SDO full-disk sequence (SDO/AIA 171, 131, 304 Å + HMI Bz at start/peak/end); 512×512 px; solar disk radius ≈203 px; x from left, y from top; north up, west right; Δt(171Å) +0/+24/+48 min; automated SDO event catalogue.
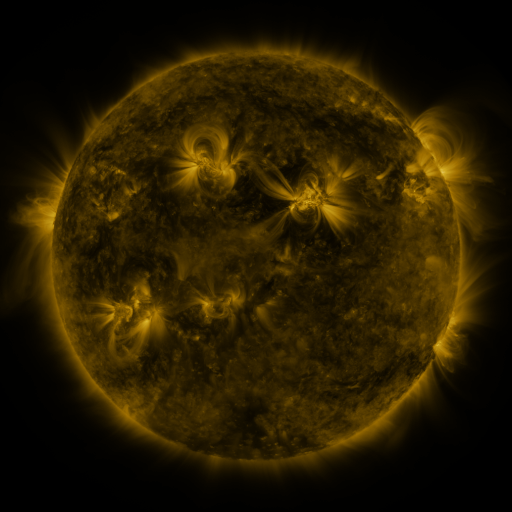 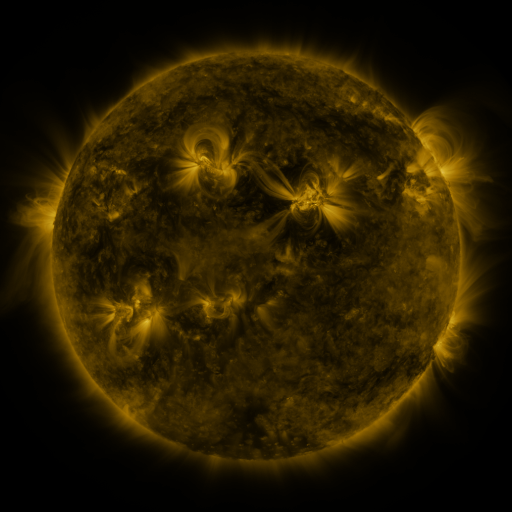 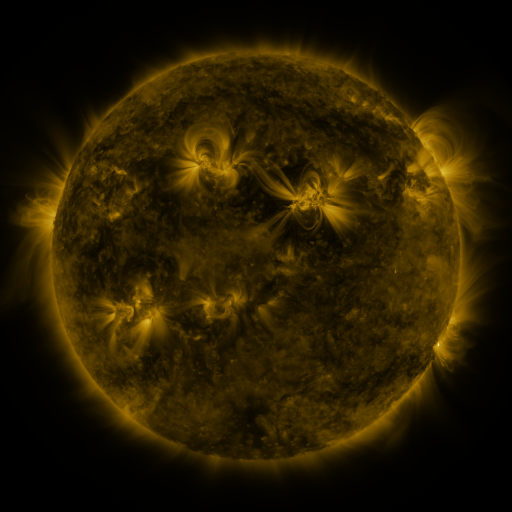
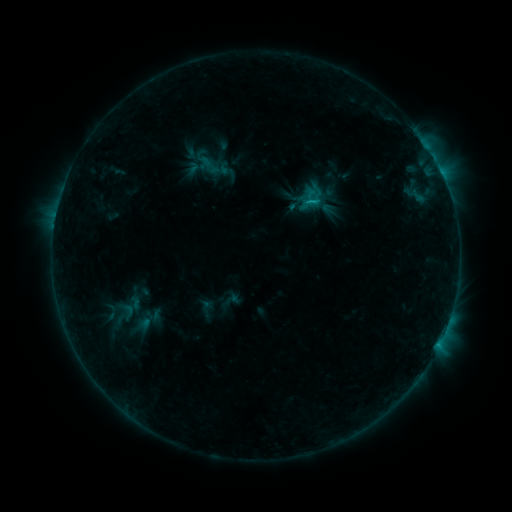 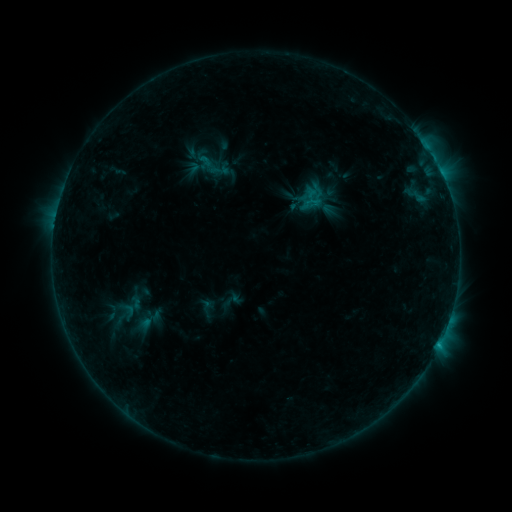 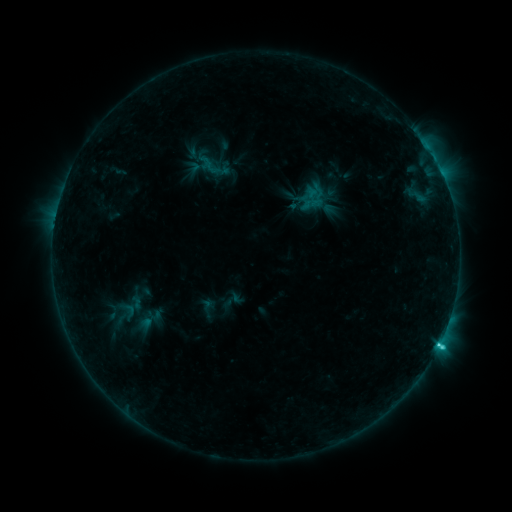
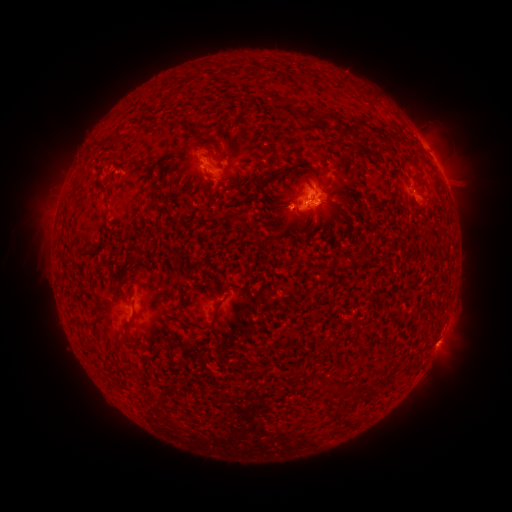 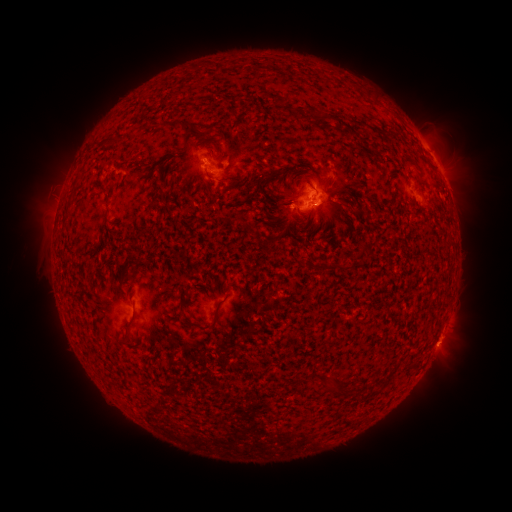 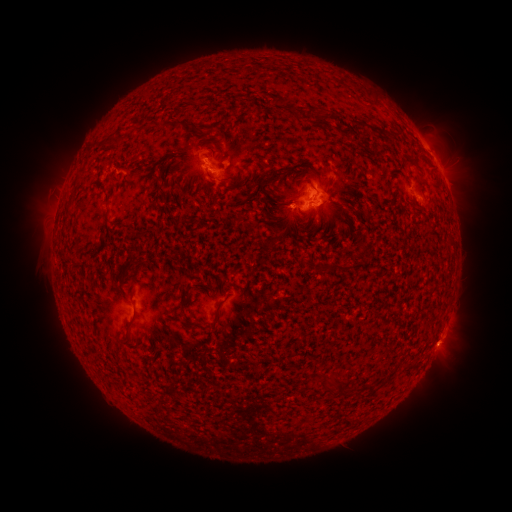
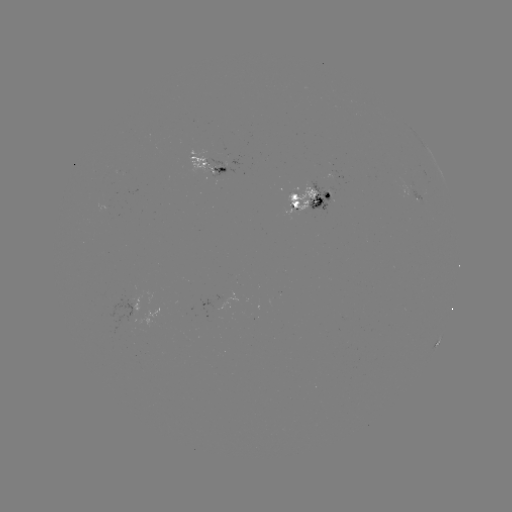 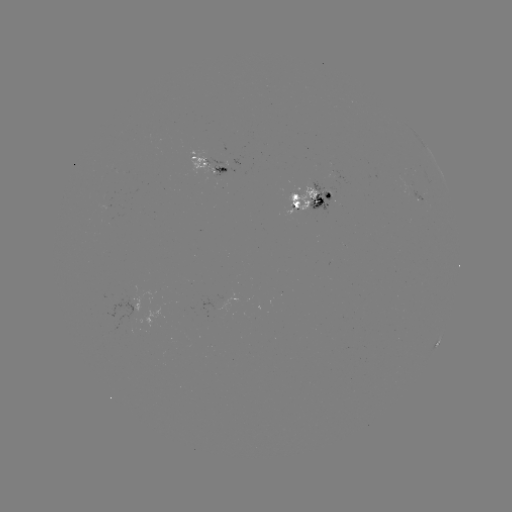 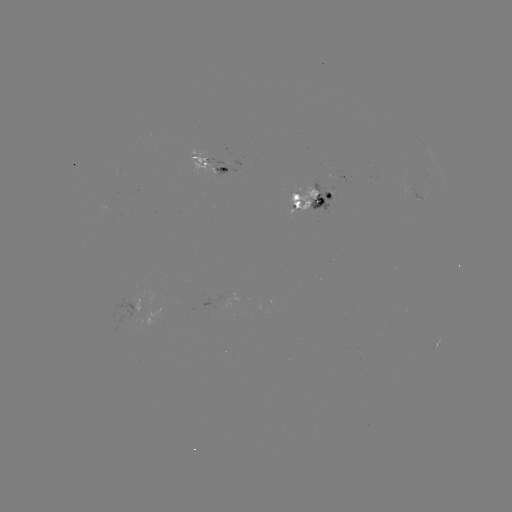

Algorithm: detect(emerging-flux region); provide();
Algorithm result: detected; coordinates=[413, 194]